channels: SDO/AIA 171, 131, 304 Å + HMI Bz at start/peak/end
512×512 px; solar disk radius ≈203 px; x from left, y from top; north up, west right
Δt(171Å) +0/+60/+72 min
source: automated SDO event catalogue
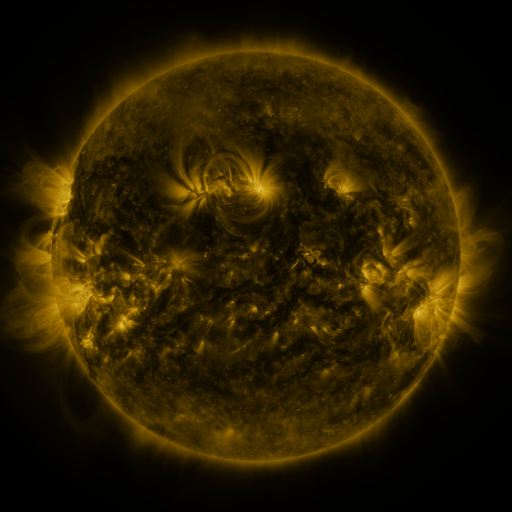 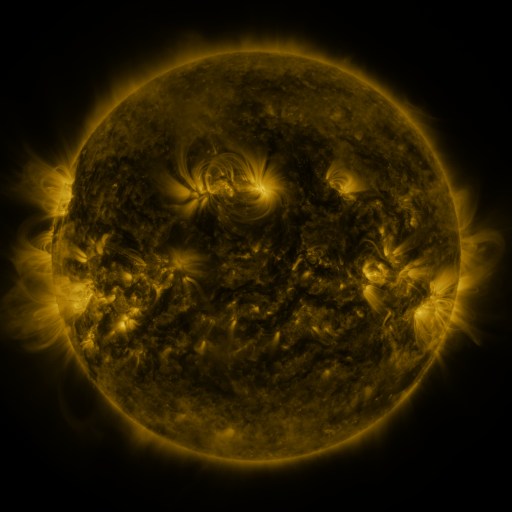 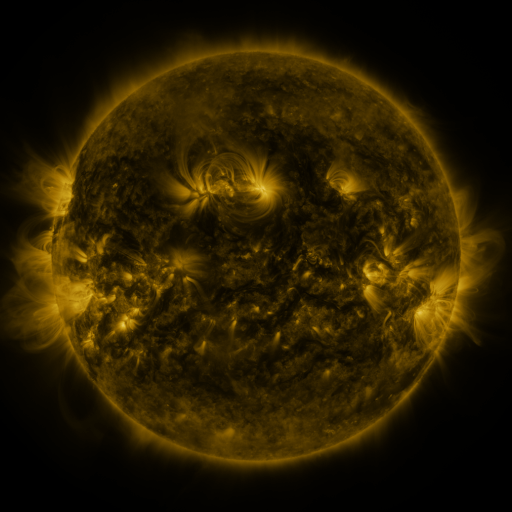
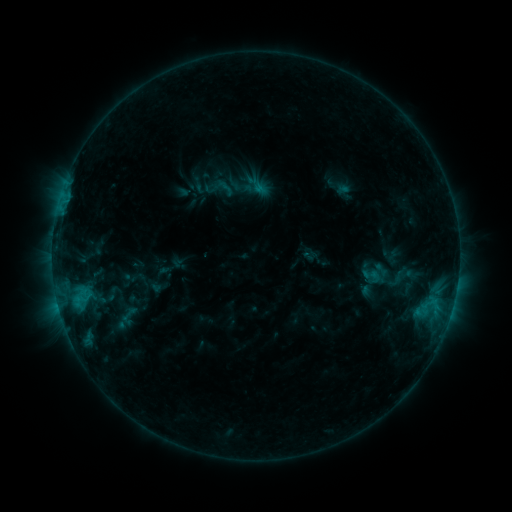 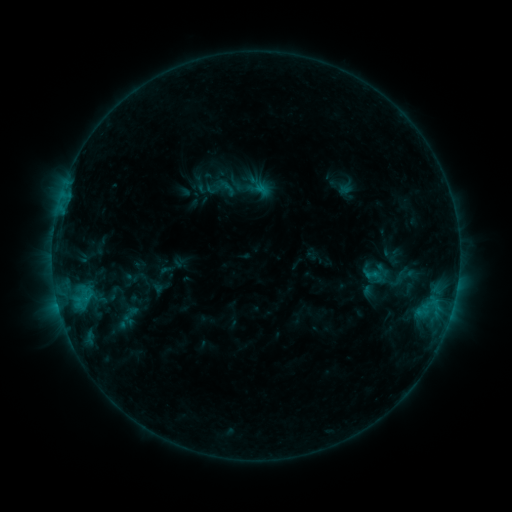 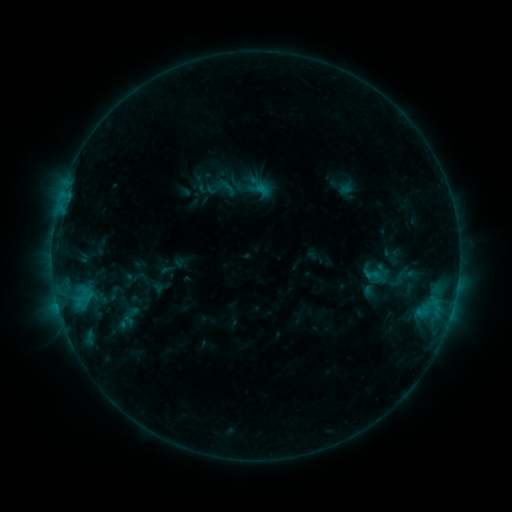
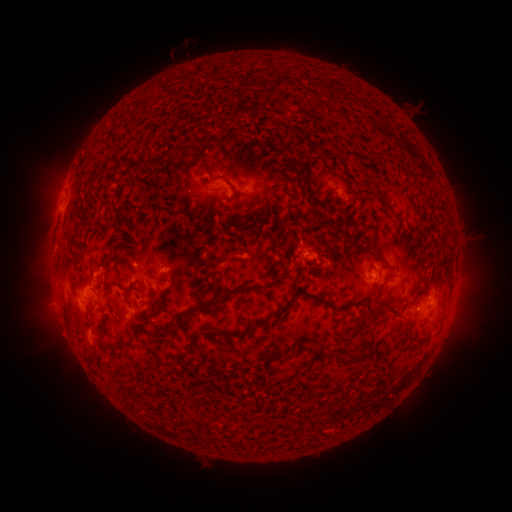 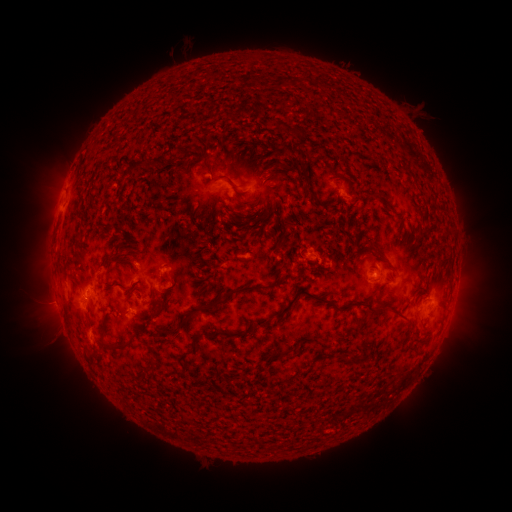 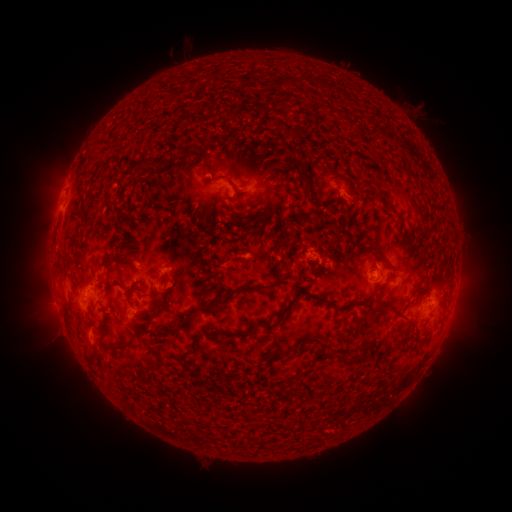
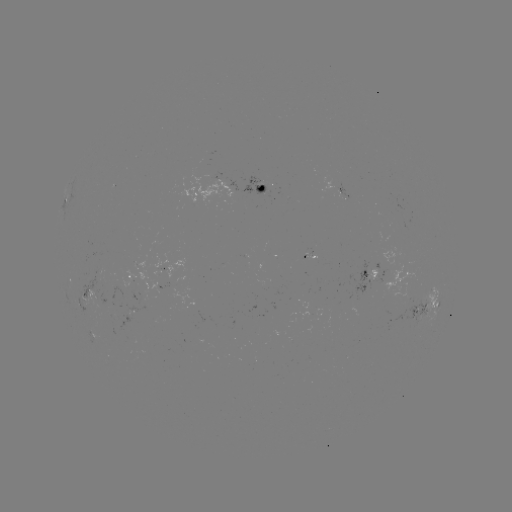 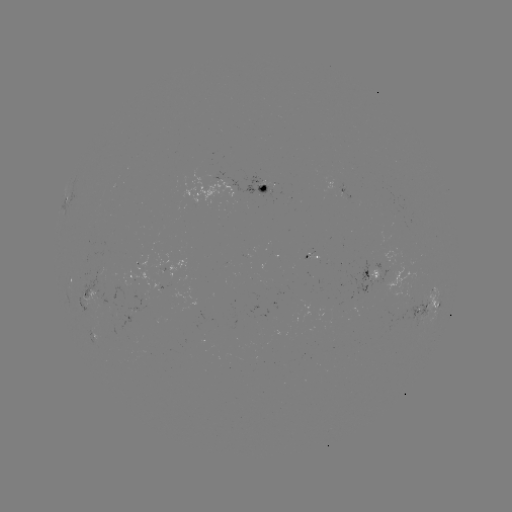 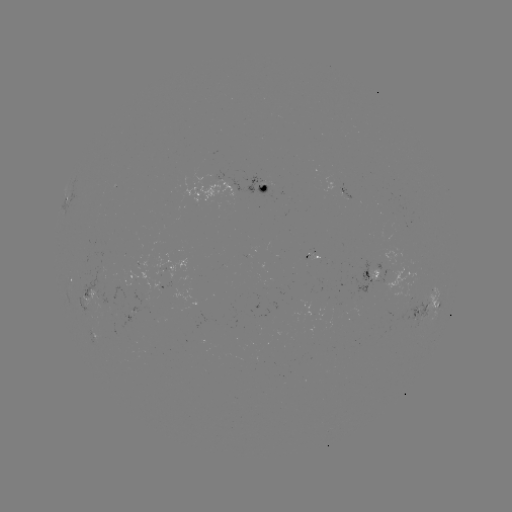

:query emerging-flux region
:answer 263,185